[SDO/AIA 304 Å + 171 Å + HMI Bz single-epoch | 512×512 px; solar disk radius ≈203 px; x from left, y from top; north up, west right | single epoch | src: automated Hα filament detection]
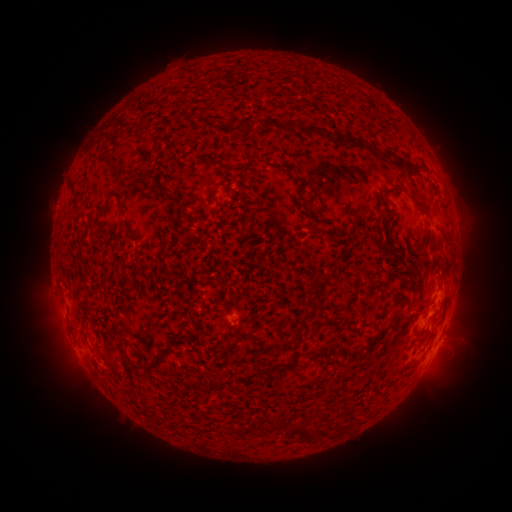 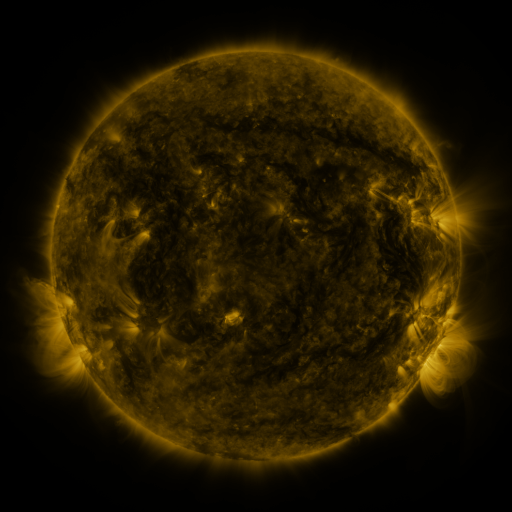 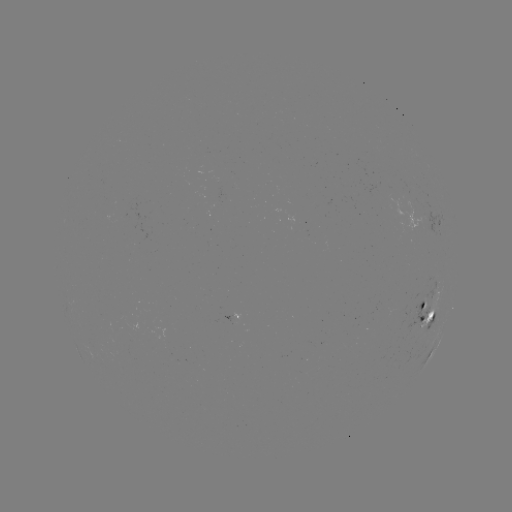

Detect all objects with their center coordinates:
filament: [261, 119, 363, 150]
filament: [382, 148, 391, 160]
filament: [140, 174, 180, 207]
filament: [206, 188, 215, 201]
filament: [407, 191, 432, 218]
filament: [293, 203, 302, 213]
filament: [188, 213, 195, 227]
filament: [387, 245, 397, 254]
filament: [314, 271, 333, 282]
filament: [309, 285, 316, 296]
filament: [302, 313, 314, 323]
filament: [118, 339, 128, 366]
filament: [131, 345, 144, 360]
filament: [322, 346, 331, 357]
filament: [309, 350, 320, 358]
filament: [144, 358, 164, 376]
filament: [282, 358, 301, 371]
filament: [295, 422, 331, 441]
